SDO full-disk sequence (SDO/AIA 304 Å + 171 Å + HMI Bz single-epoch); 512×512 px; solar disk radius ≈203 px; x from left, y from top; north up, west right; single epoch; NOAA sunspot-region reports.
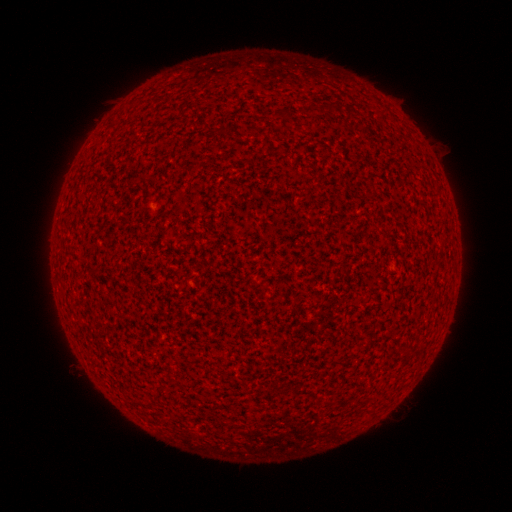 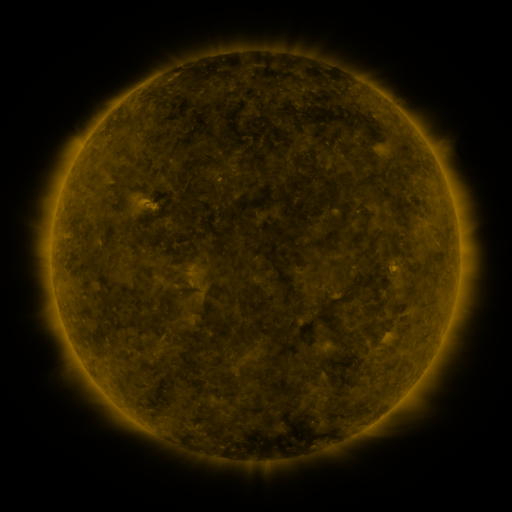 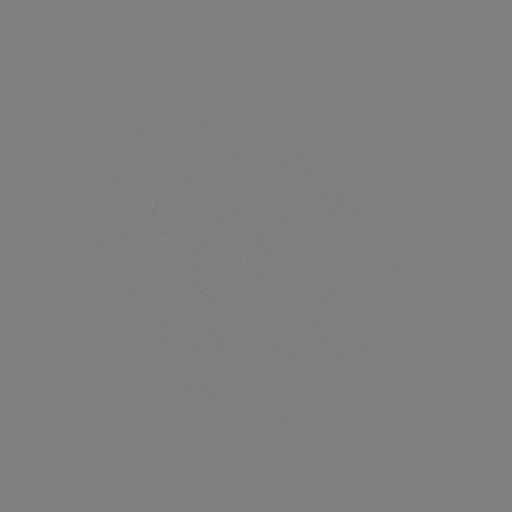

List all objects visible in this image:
(none)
